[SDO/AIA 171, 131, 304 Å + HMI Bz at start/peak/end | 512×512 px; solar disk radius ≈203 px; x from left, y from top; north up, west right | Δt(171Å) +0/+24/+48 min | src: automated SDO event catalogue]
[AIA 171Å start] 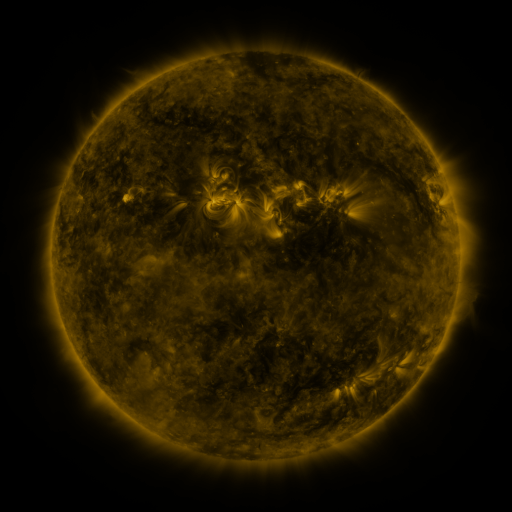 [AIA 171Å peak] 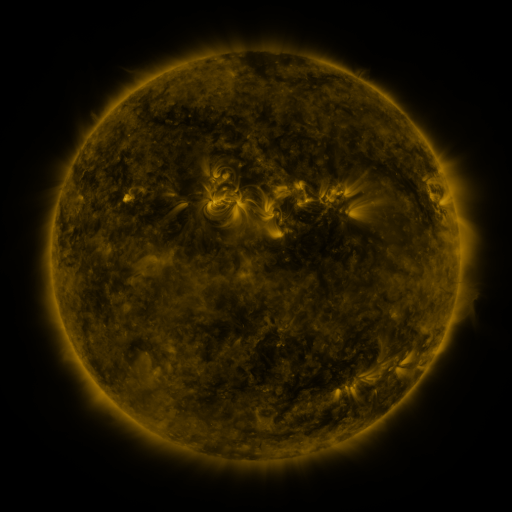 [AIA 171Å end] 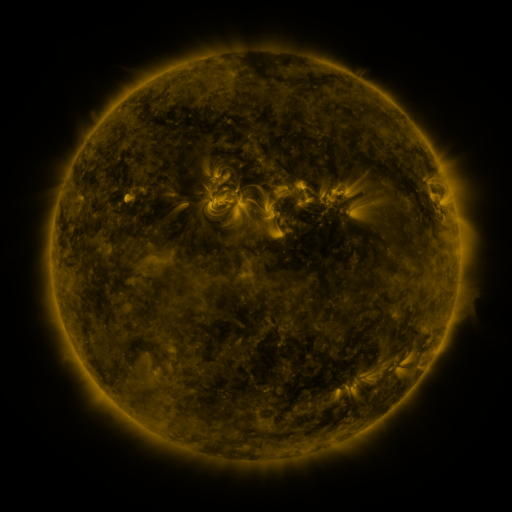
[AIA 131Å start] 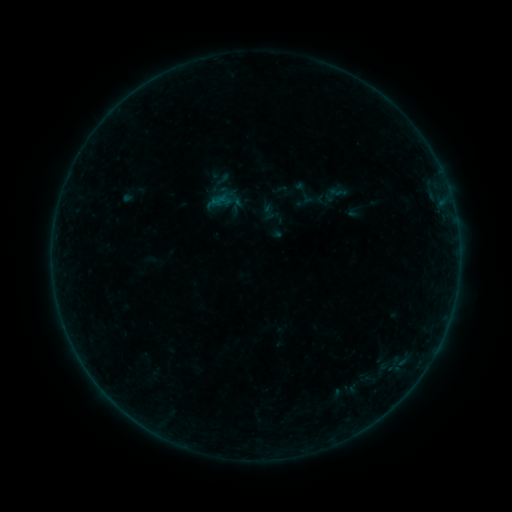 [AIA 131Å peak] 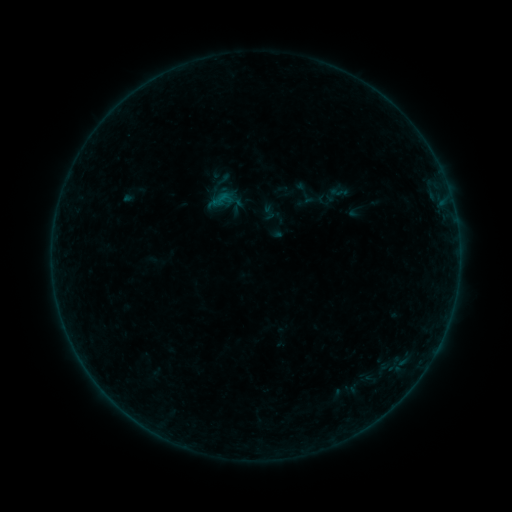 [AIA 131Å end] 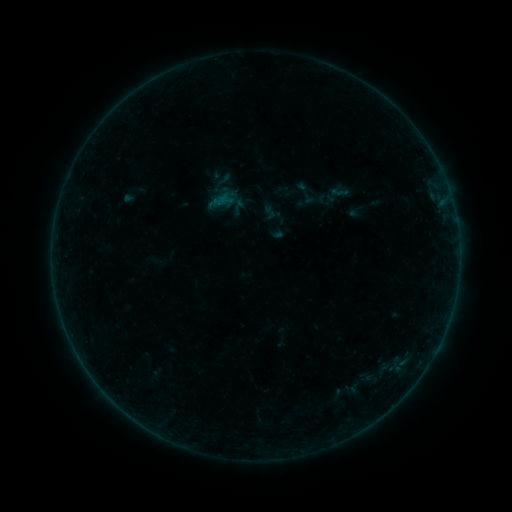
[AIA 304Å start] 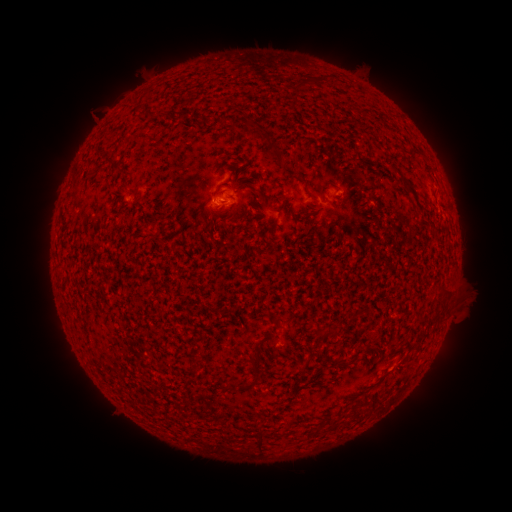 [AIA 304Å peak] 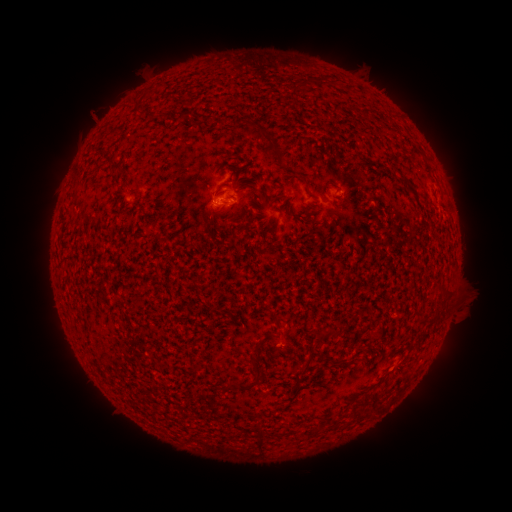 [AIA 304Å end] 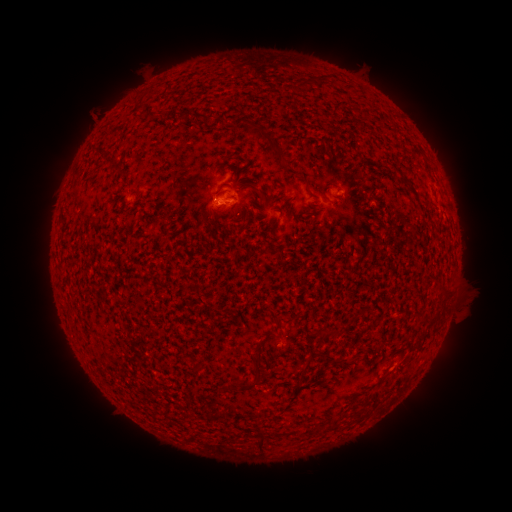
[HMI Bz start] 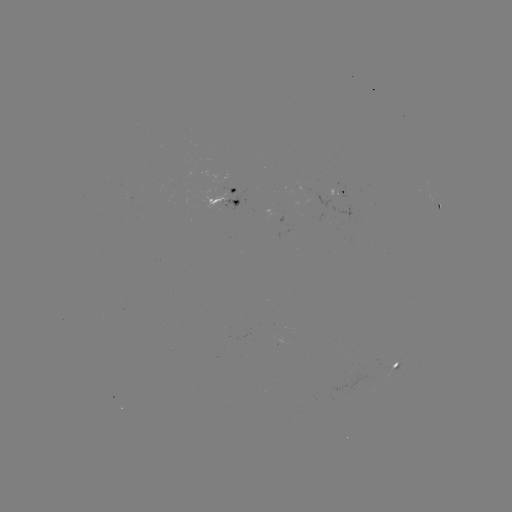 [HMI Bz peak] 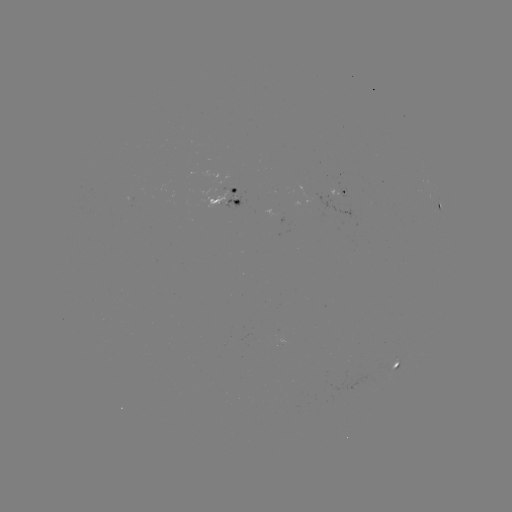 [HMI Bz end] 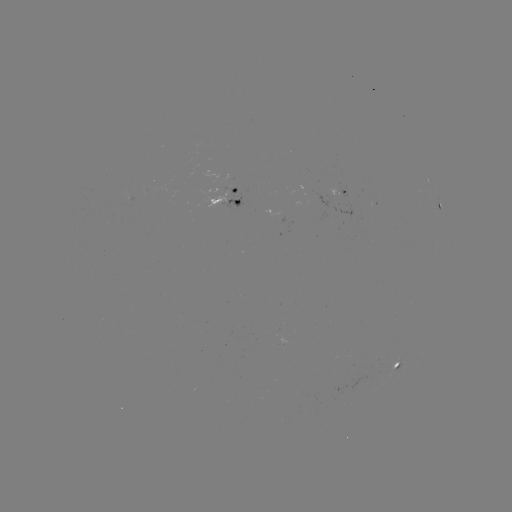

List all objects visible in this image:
B1.7 flare: (301, 189)
